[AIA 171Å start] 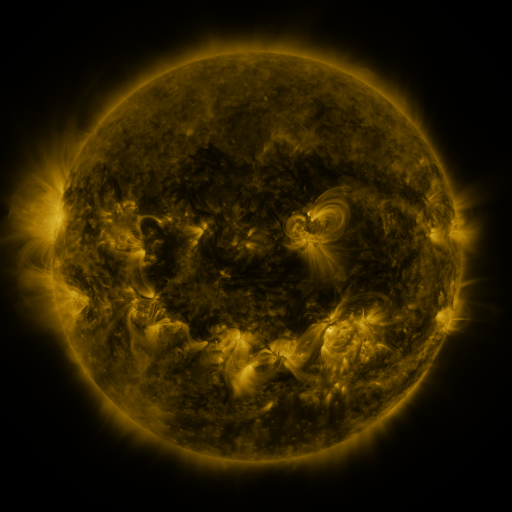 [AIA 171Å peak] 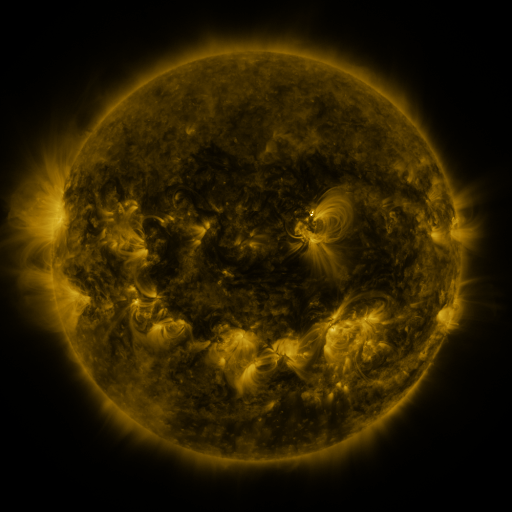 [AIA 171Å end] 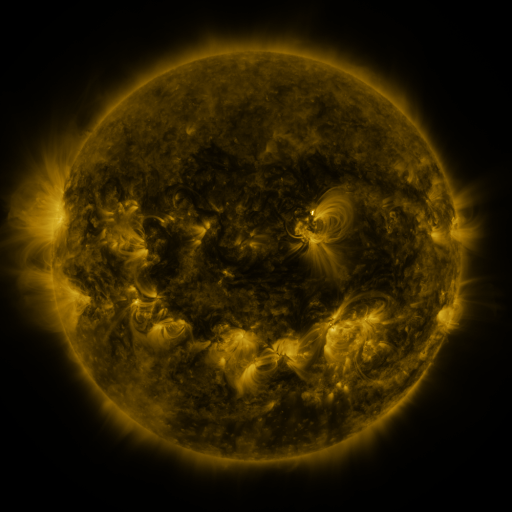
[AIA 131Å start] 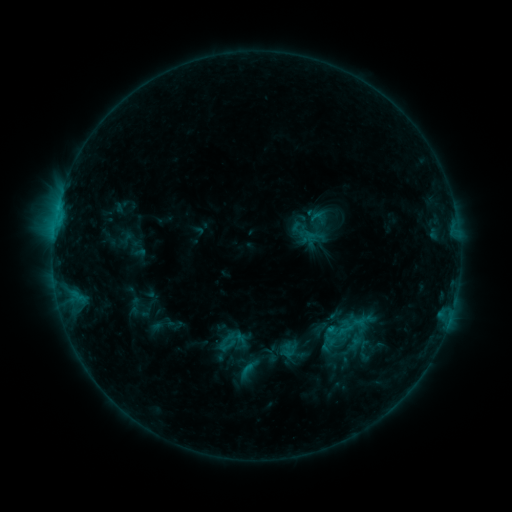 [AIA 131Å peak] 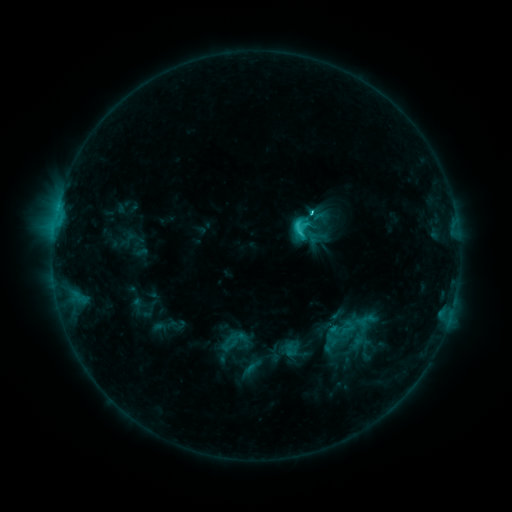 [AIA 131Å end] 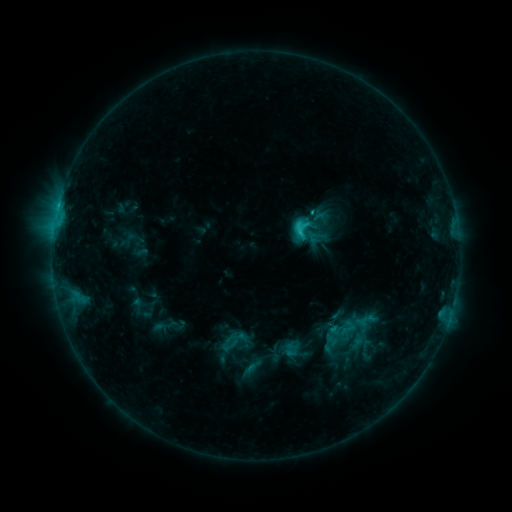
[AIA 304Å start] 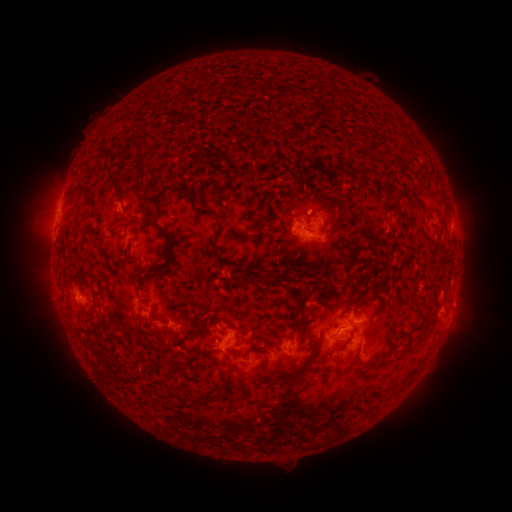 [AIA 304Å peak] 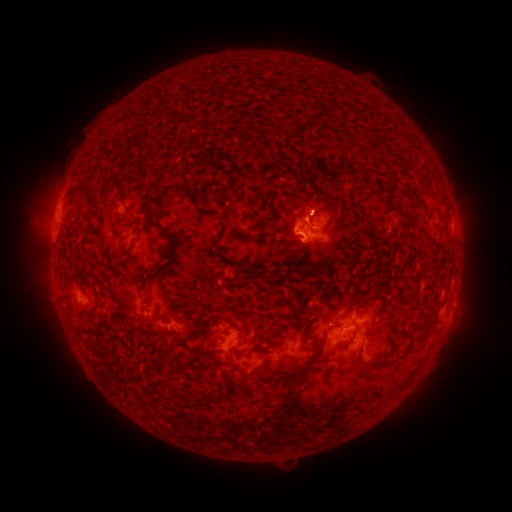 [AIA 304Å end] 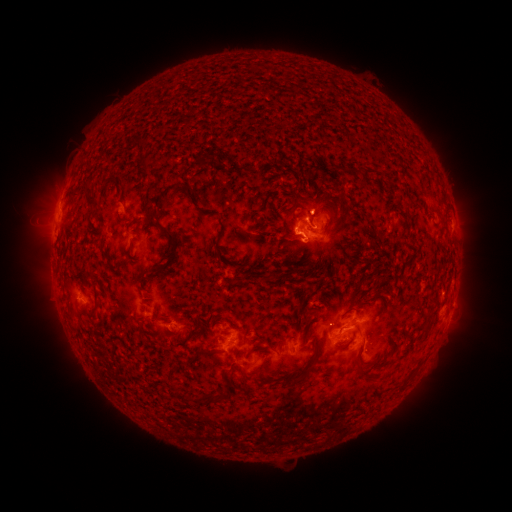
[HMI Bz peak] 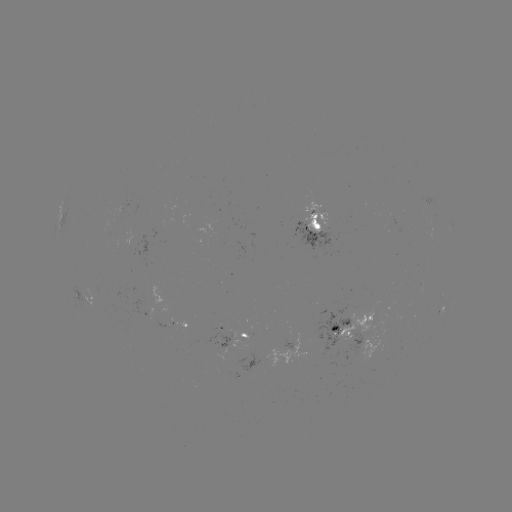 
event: flare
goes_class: C3.2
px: (297, 234)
